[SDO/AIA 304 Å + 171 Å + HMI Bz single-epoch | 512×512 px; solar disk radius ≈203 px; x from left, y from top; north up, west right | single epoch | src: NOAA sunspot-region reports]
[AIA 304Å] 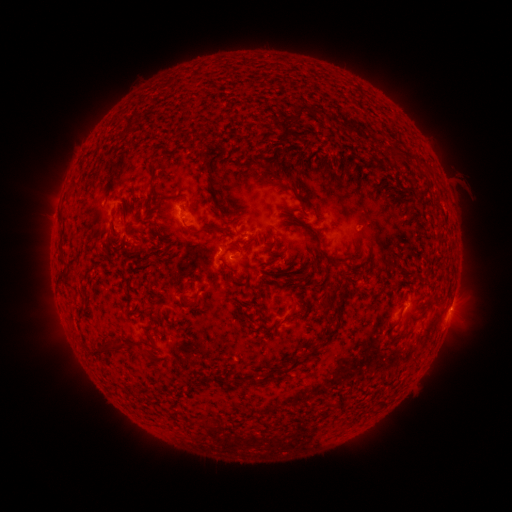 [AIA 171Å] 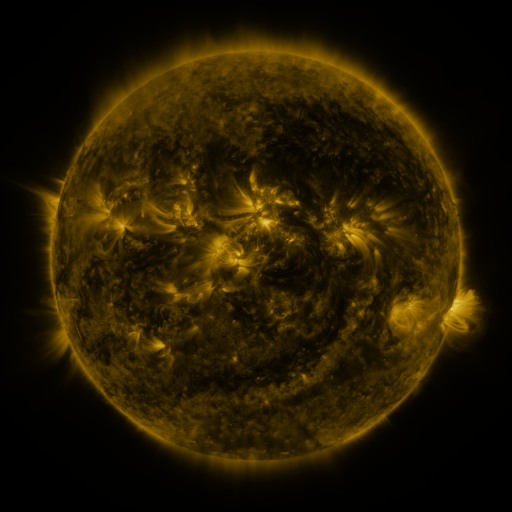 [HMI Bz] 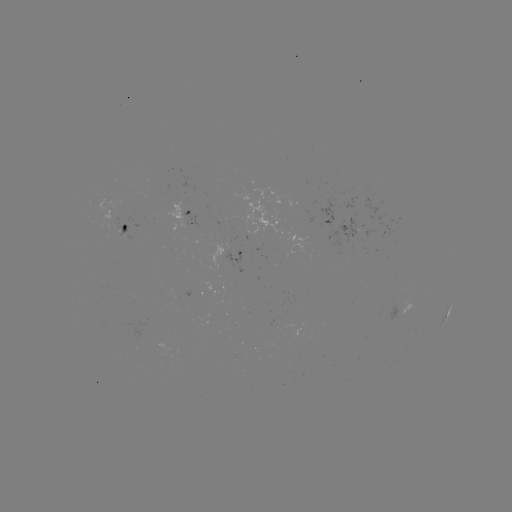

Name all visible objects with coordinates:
spotted active region: (182, 214)
spotted active region: (125, 229)
spotted active region: (245, 255)
spotted active region: (227, 294)
spotted active region: (449, 308)
